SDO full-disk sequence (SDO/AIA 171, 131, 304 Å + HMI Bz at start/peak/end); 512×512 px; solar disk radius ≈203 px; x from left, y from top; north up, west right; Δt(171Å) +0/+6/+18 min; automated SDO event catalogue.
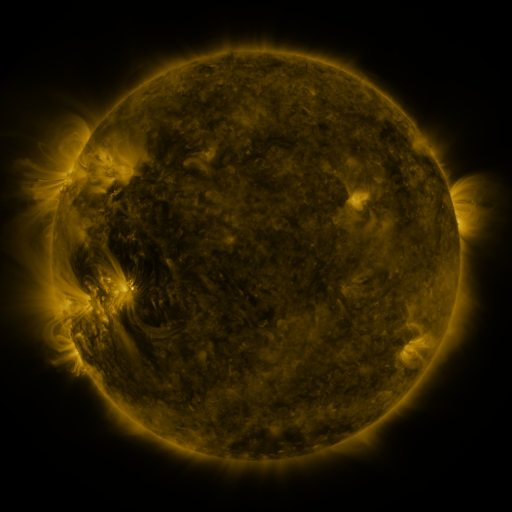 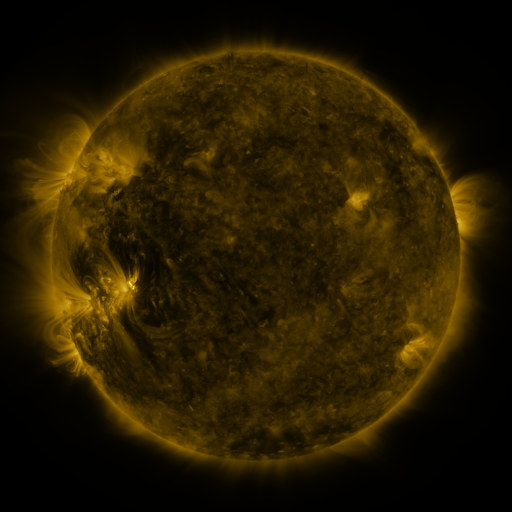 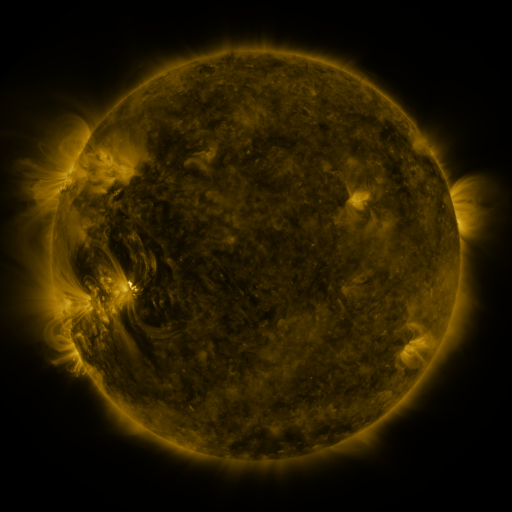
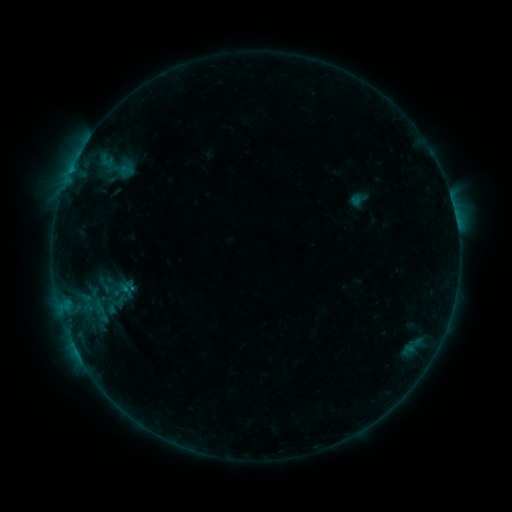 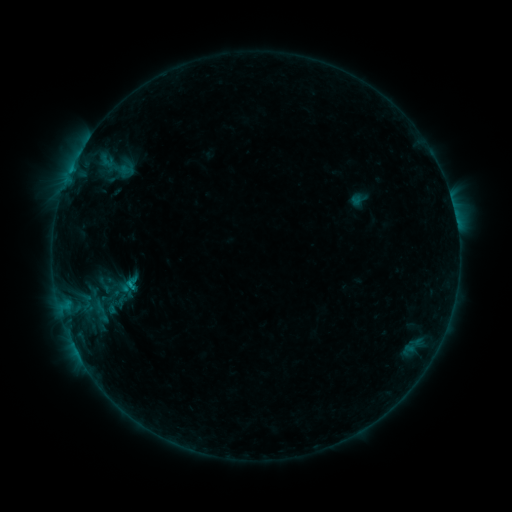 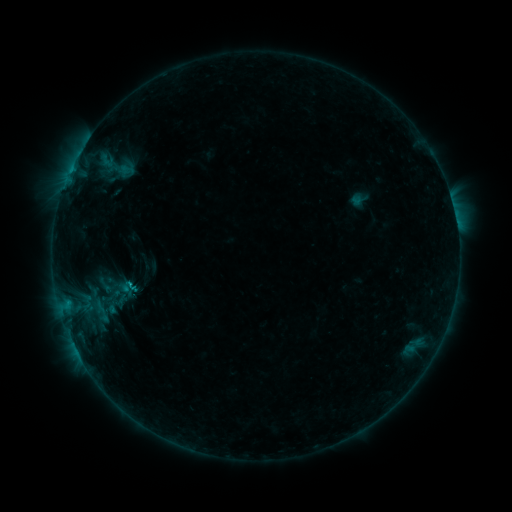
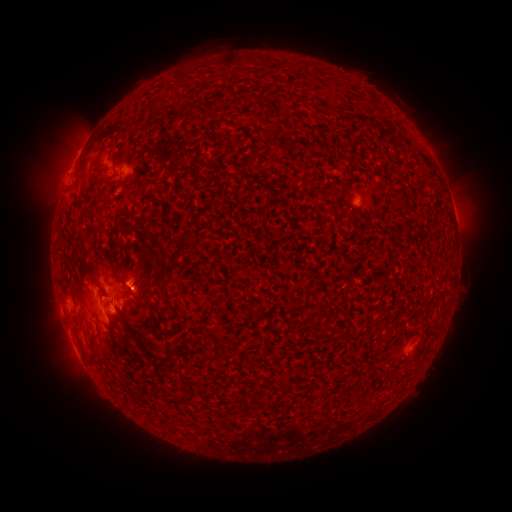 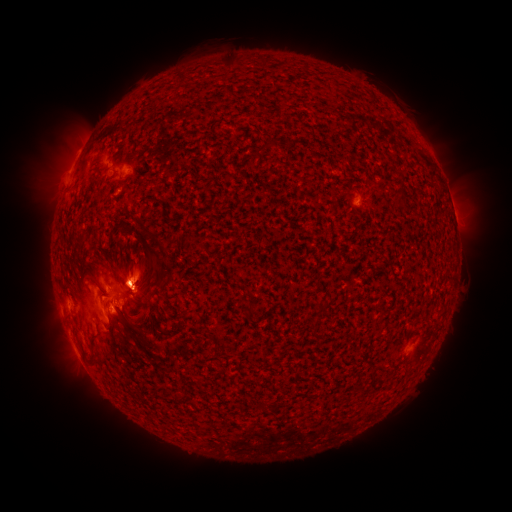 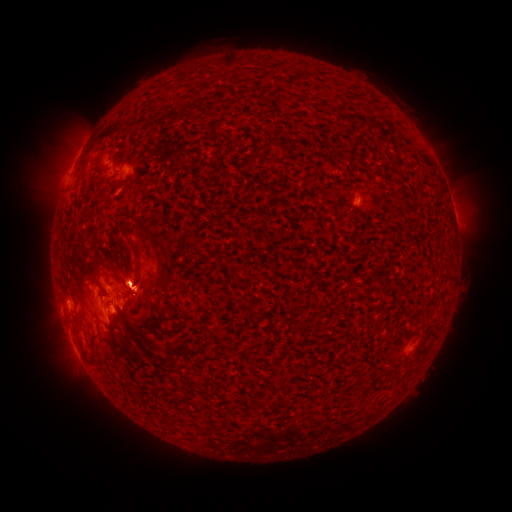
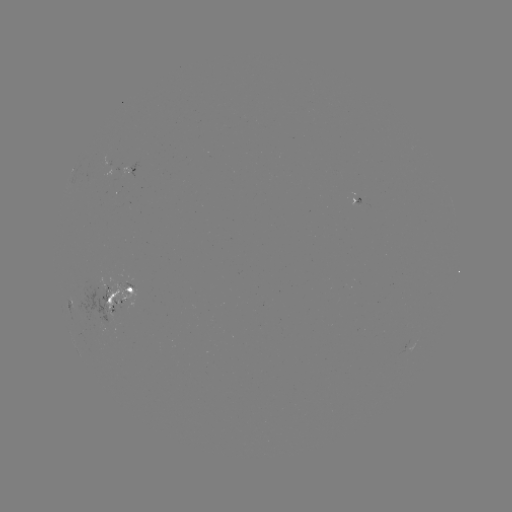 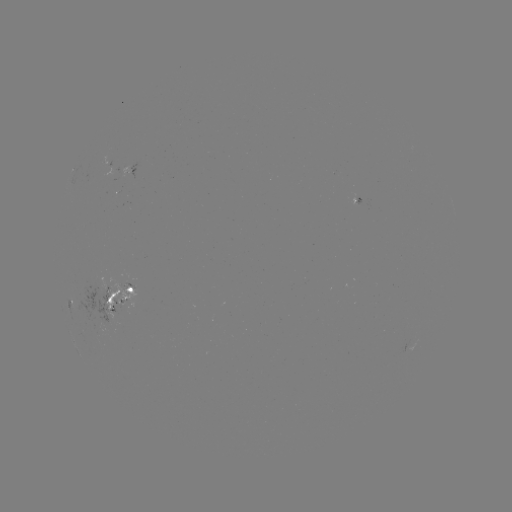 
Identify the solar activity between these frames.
C1.4 flare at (133, 282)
